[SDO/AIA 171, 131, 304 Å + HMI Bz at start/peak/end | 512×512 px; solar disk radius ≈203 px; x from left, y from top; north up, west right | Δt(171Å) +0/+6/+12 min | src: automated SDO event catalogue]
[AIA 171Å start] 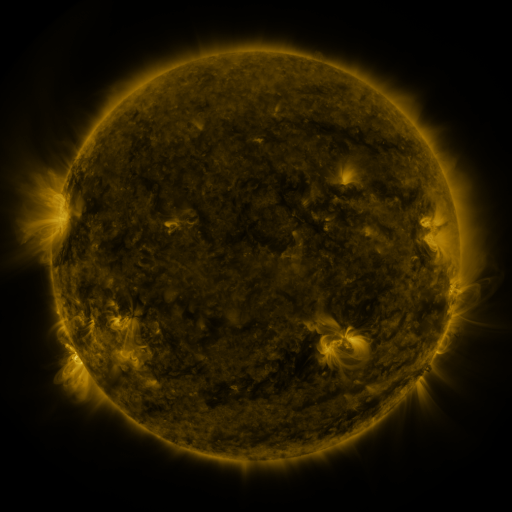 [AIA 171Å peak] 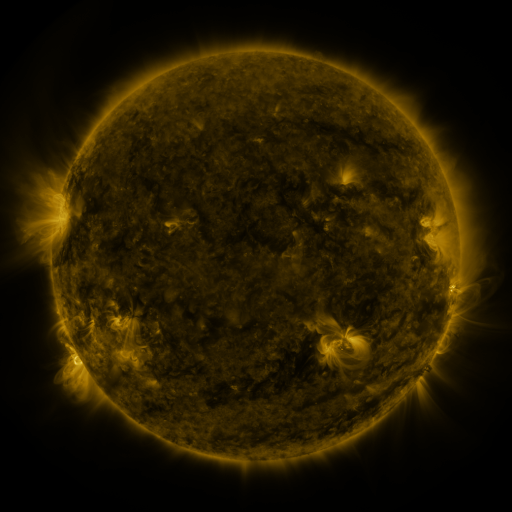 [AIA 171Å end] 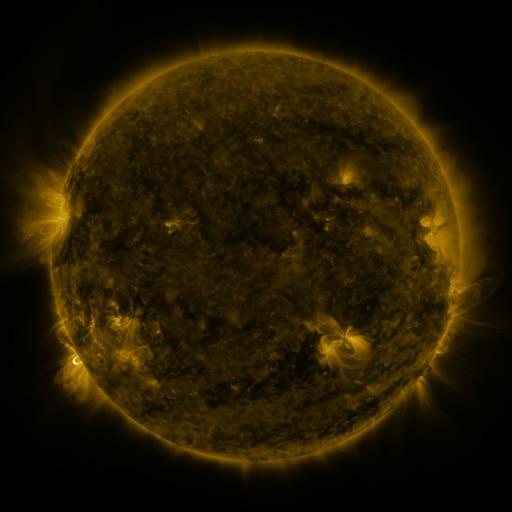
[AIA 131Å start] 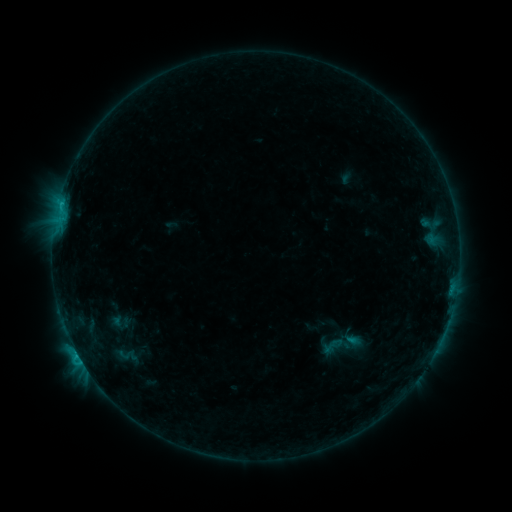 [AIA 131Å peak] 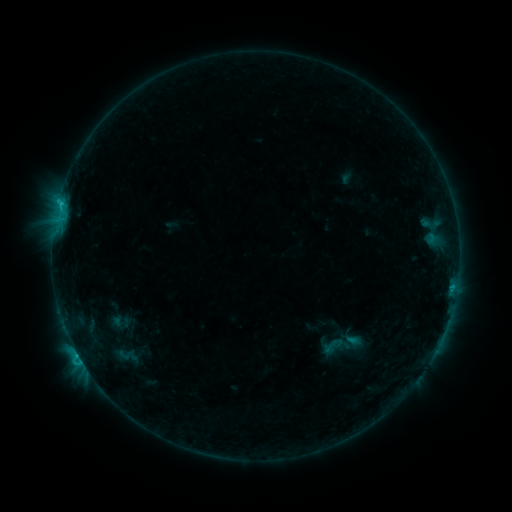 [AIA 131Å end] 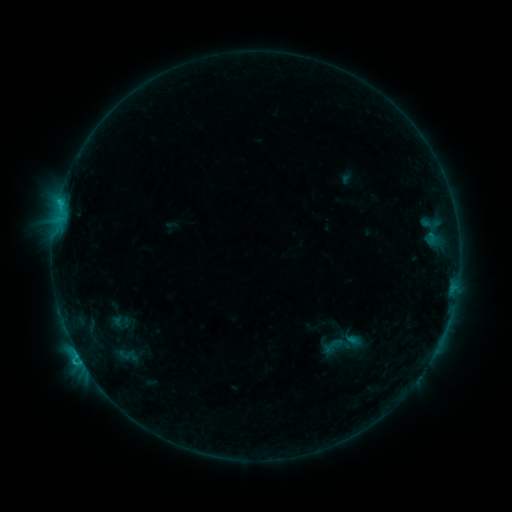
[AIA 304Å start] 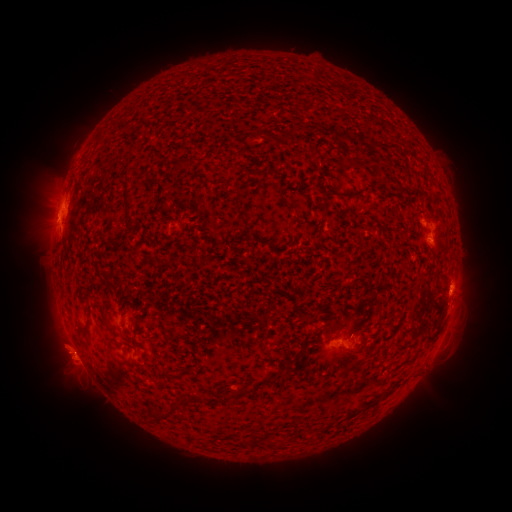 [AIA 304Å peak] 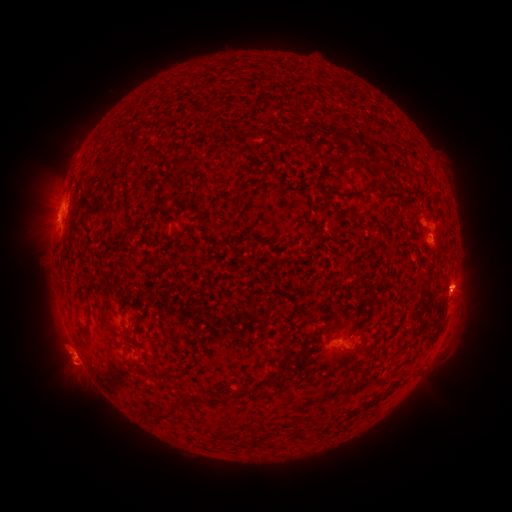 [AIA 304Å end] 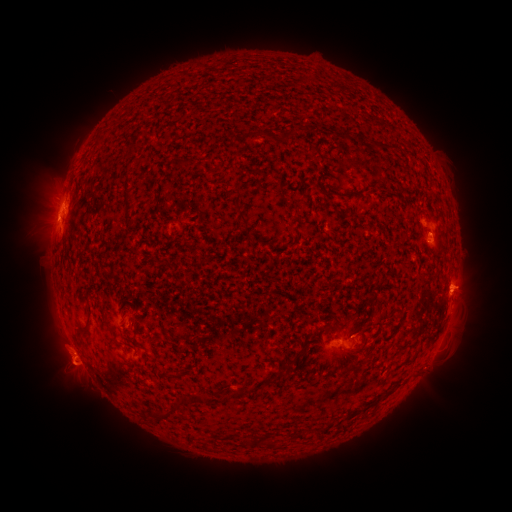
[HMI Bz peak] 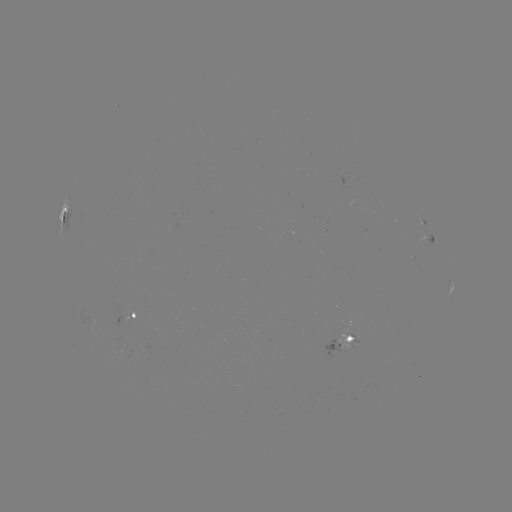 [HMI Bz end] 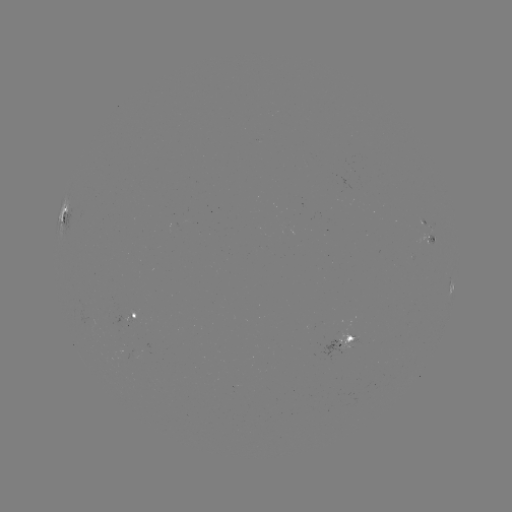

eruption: <bbox>446, 261, 499, 315</bbox>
